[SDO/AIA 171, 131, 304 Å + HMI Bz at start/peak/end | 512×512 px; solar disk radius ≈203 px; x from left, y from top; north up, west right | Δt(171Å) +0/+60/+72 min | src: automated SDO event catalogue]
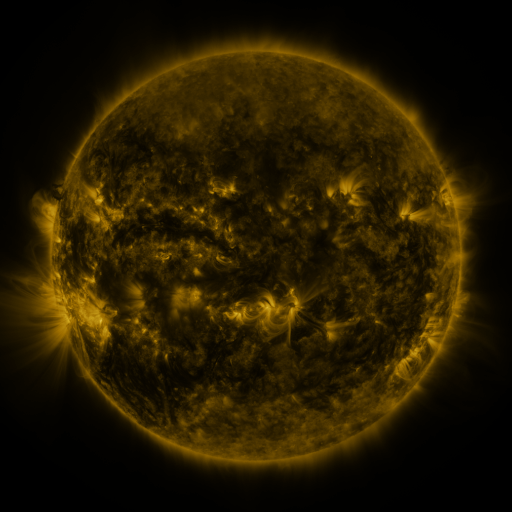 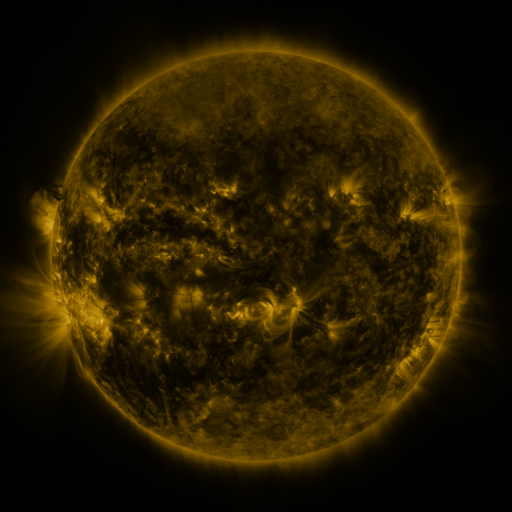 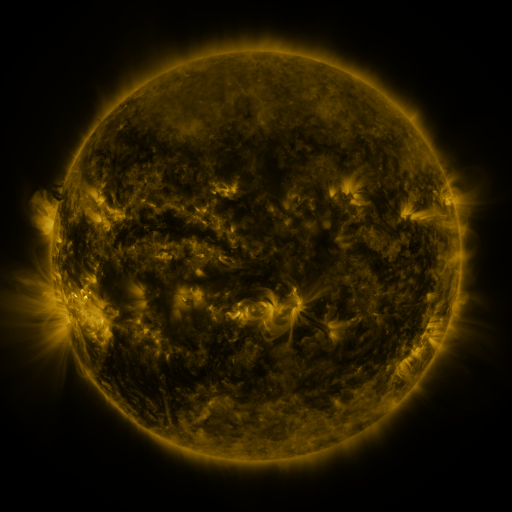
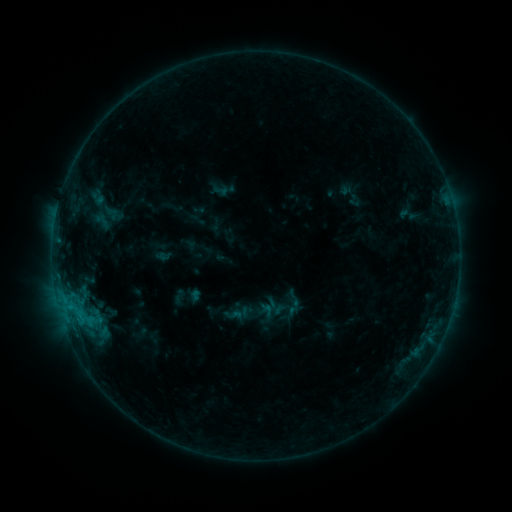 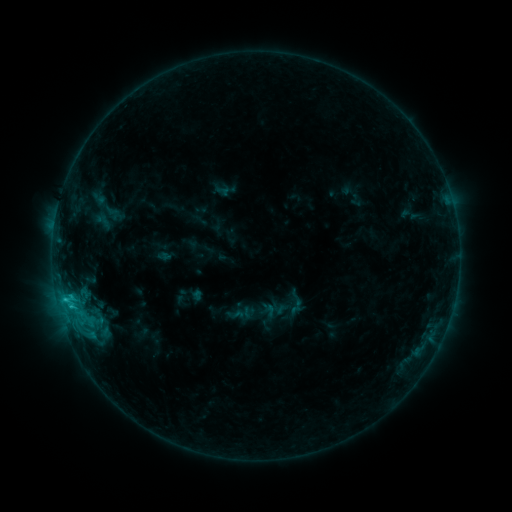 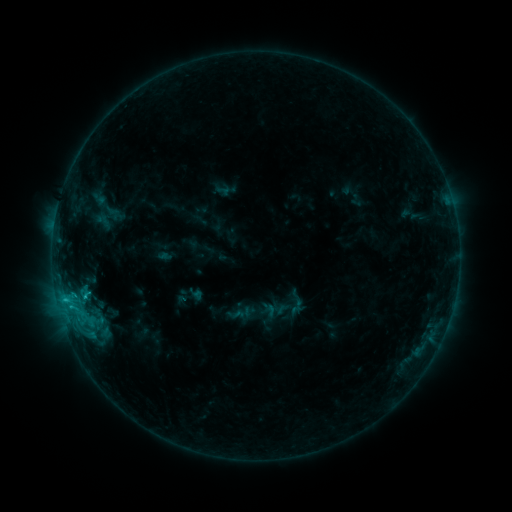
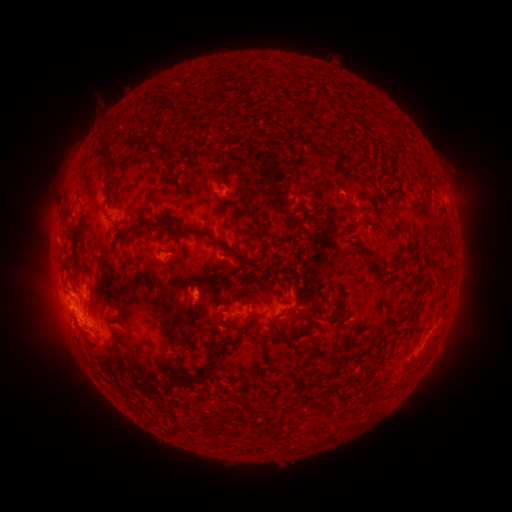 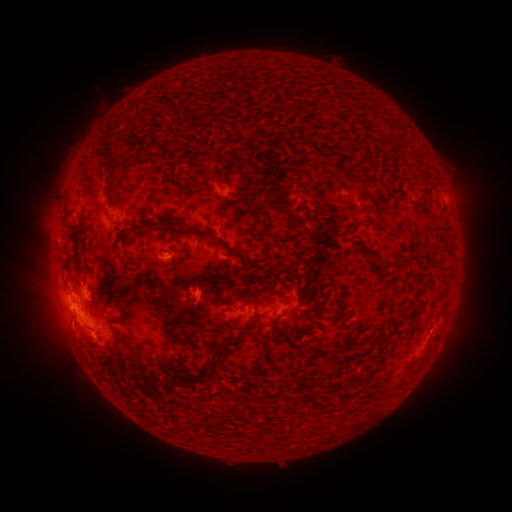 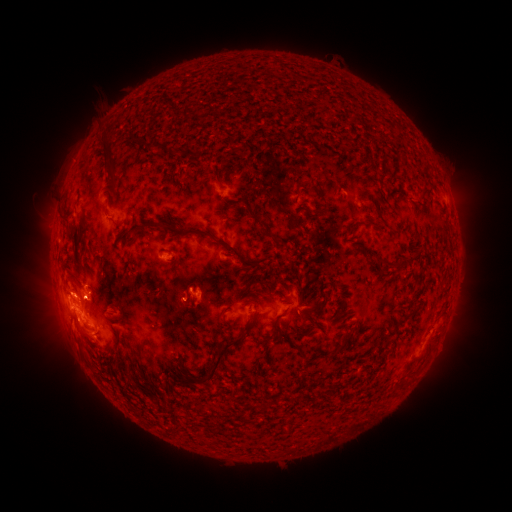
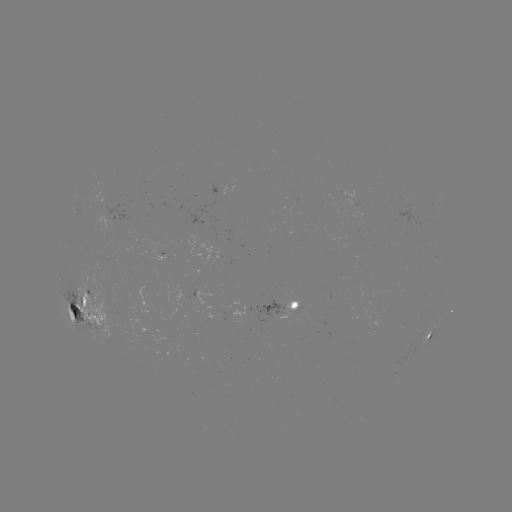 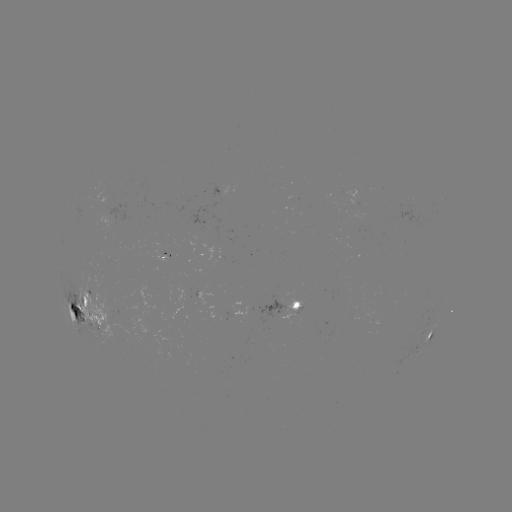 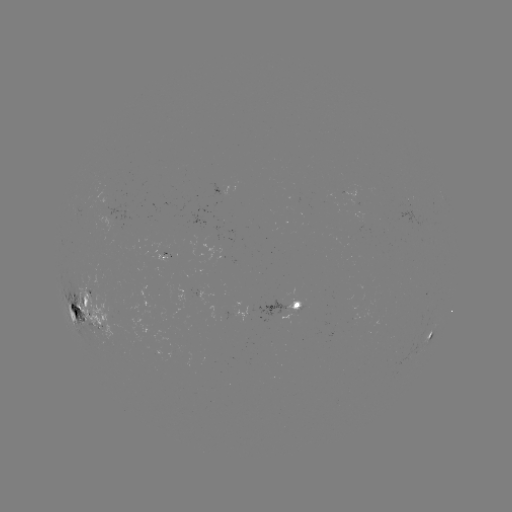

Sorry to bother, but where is emerging-flux region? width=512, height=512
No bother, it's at [162, 253].